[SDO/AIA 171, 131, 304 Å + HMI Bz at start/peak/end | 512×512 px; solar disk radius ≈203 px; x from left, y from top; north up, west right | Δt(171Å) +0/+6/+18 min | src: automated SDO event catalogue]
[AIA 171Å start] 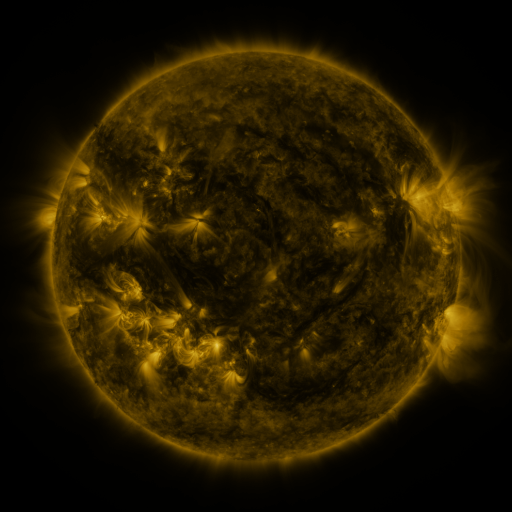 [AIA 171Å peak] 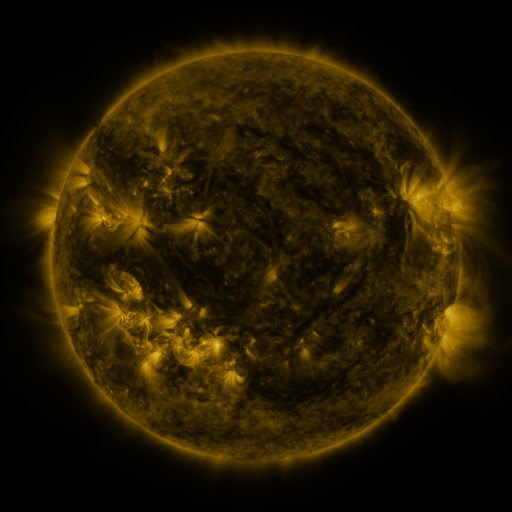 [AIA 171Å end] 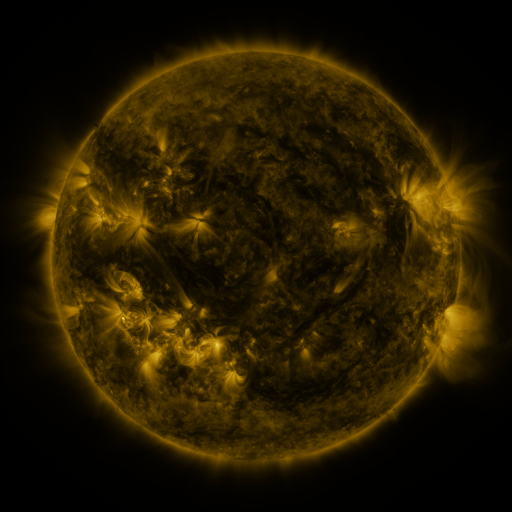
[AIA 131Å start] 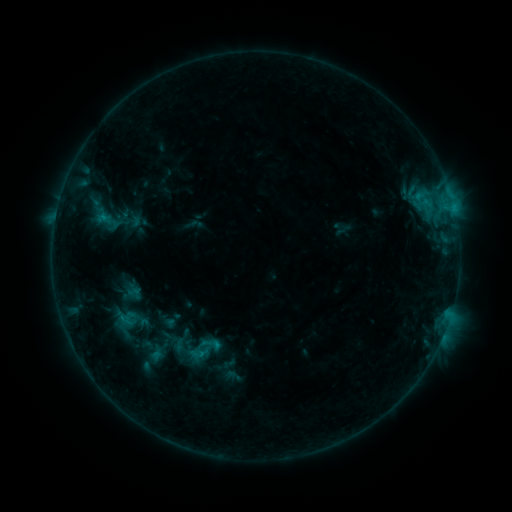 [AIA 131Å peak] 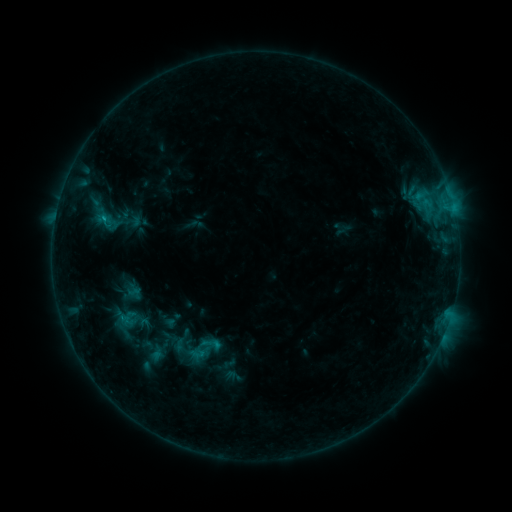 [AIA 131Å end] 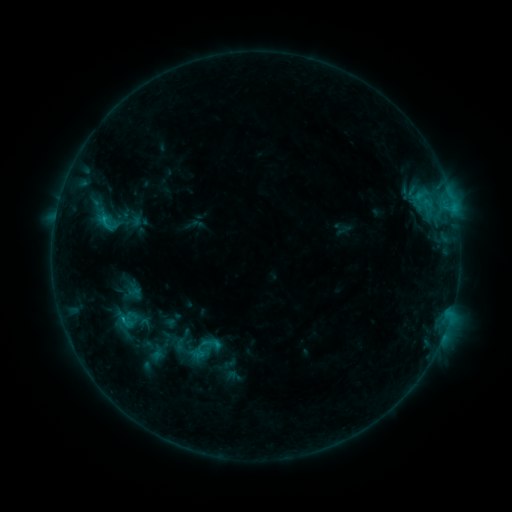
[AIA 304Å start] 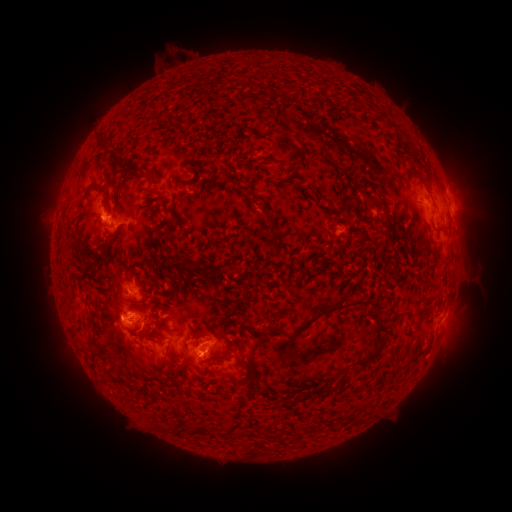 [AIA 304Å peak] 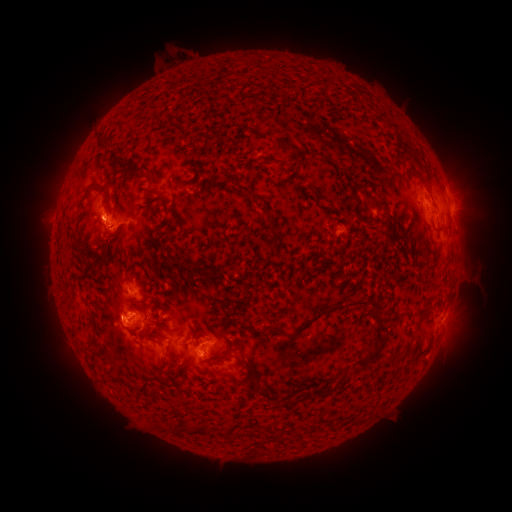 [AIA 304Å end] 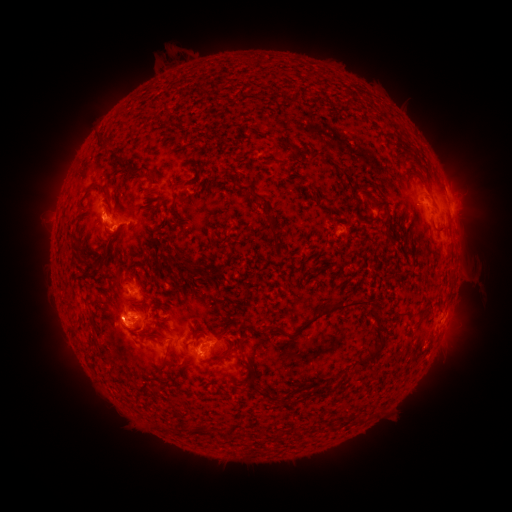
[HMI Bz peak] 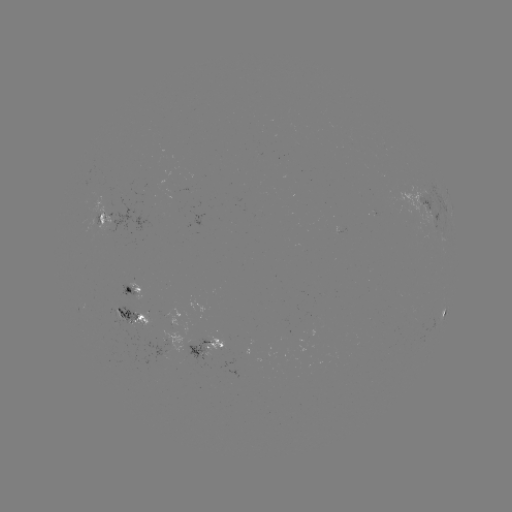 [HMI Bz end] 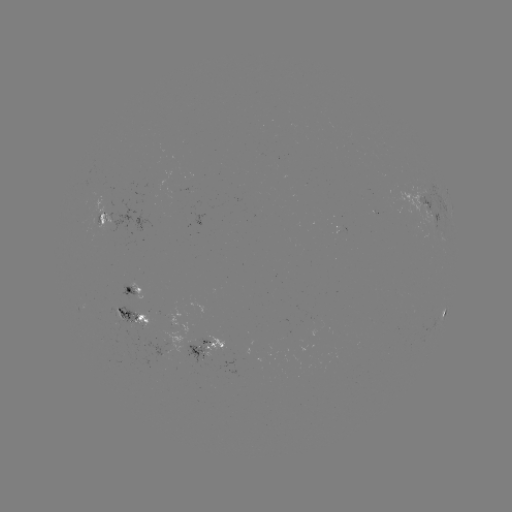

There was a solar flare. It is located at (104, 222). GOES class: C1.1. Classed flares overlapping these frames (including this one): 1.